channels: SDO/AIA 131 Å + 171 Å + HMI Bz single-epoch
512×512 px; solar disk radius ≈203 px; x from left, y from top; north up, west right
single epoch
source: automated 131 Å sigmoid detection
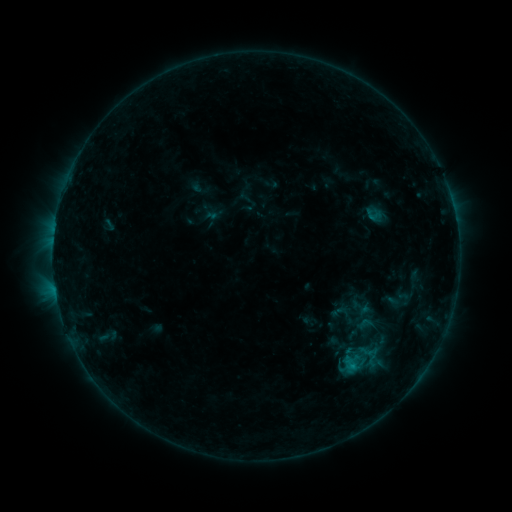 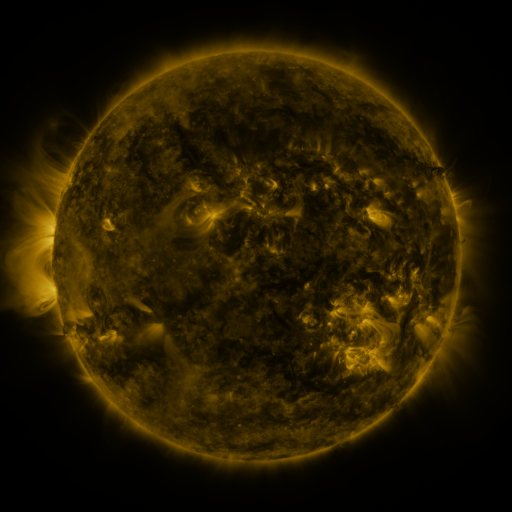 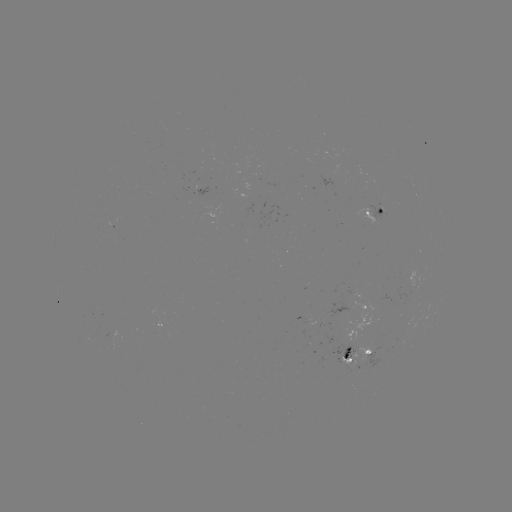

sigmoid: [329, 302, 348, 321]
